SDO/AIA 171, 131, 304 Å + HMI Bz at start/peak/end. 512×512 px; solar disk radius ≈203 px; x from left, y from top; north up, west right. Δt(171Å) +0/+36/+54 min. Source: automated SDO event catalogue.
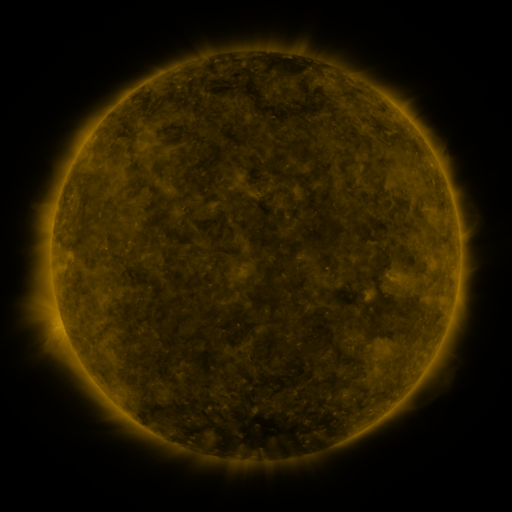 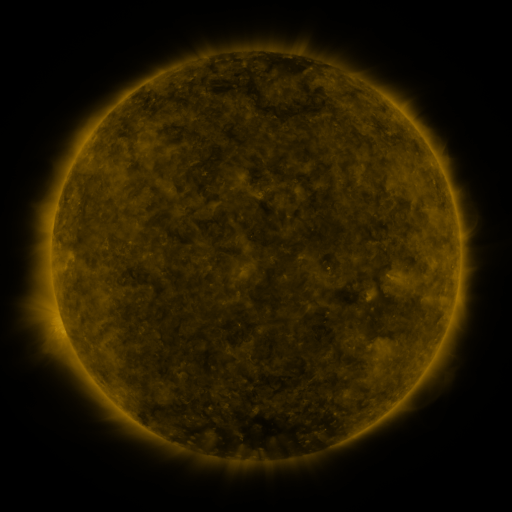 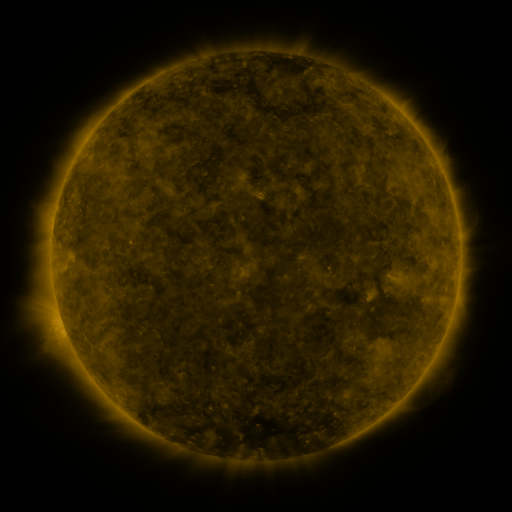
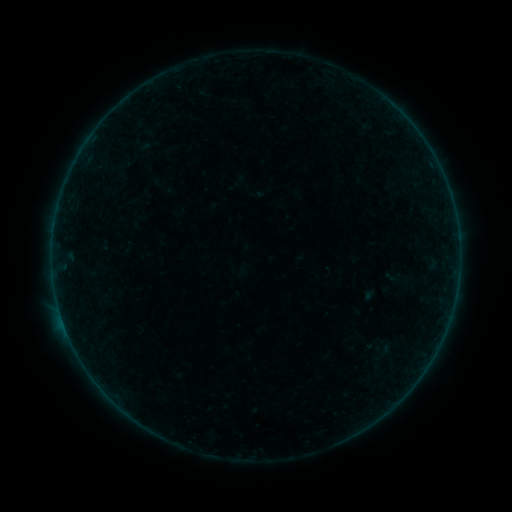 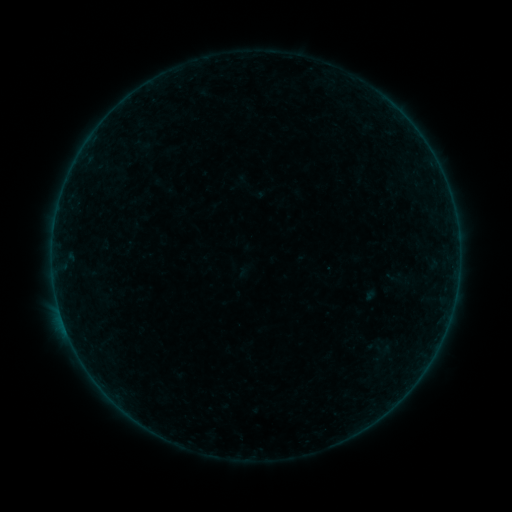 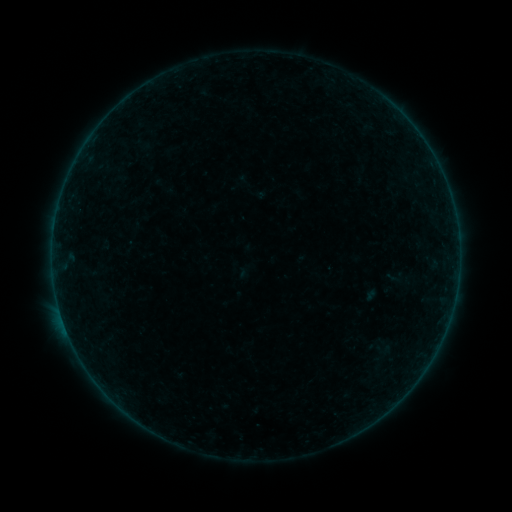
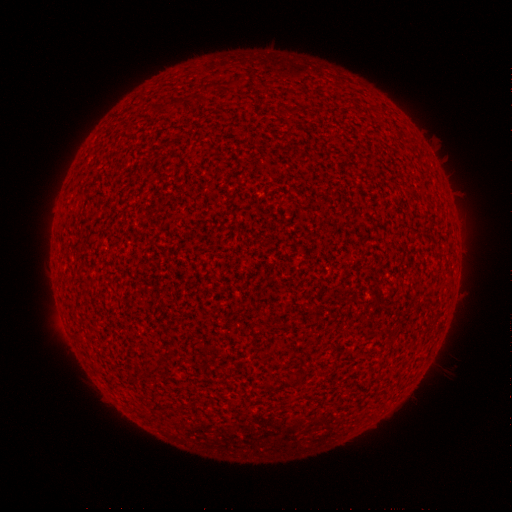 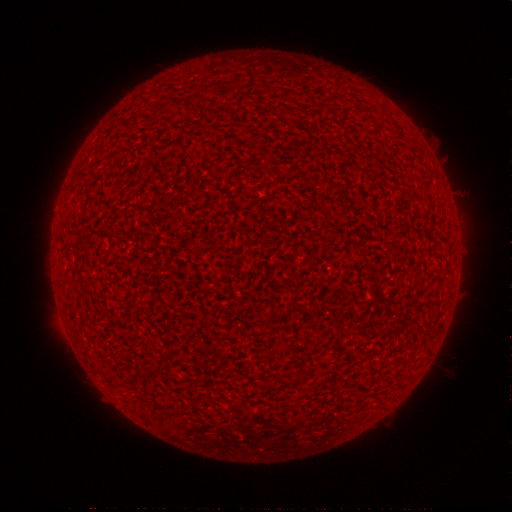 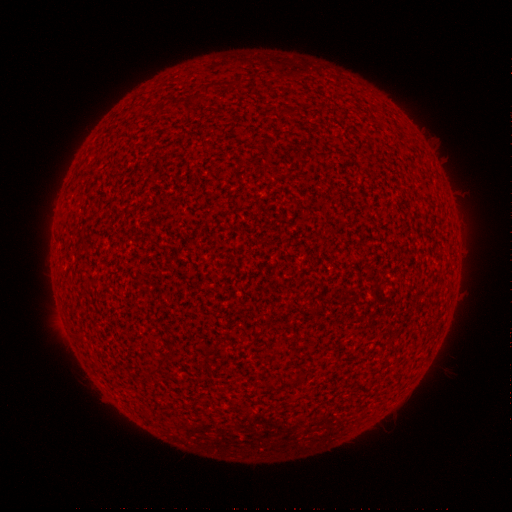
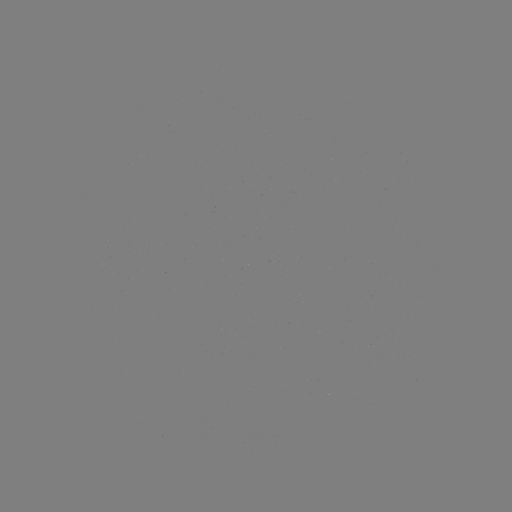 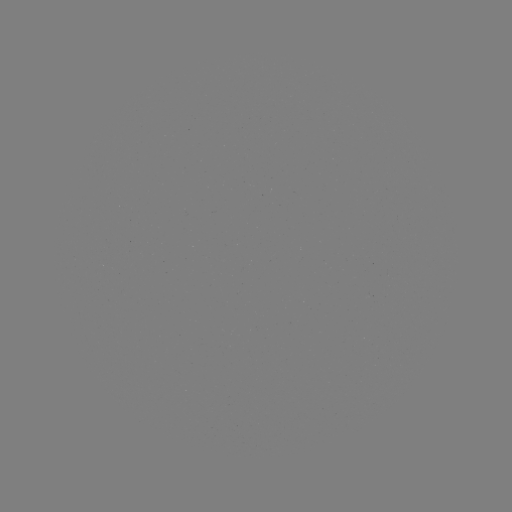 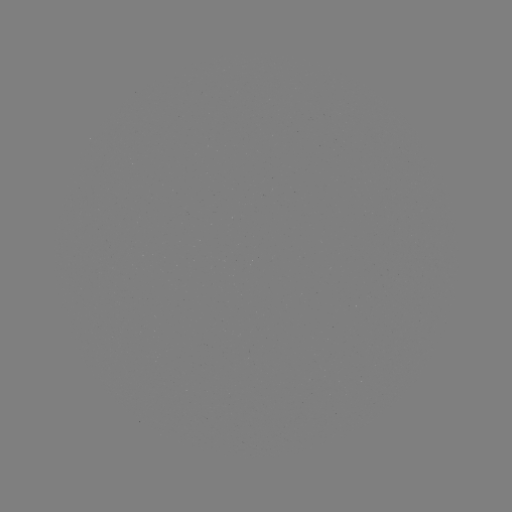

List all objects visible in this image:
A7.3 flare: (66, 327)
